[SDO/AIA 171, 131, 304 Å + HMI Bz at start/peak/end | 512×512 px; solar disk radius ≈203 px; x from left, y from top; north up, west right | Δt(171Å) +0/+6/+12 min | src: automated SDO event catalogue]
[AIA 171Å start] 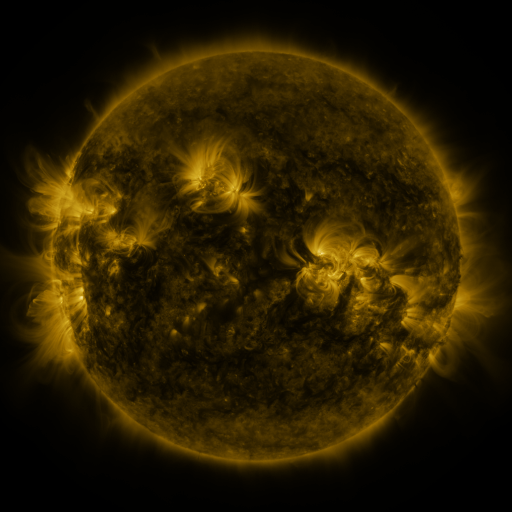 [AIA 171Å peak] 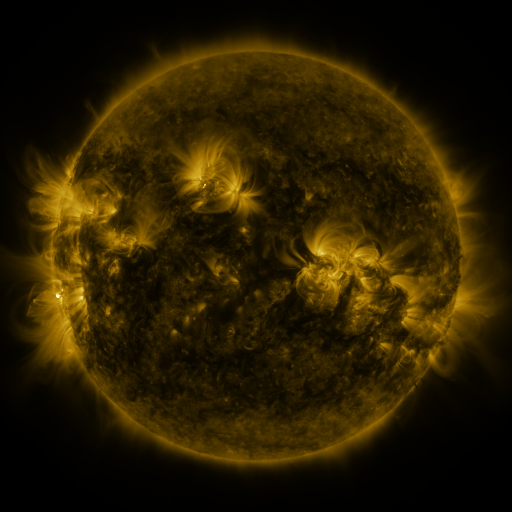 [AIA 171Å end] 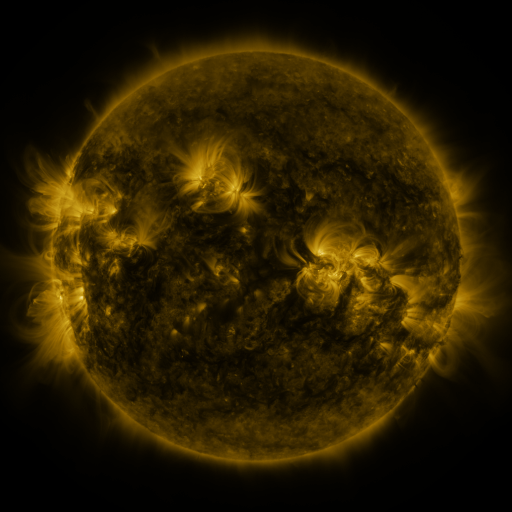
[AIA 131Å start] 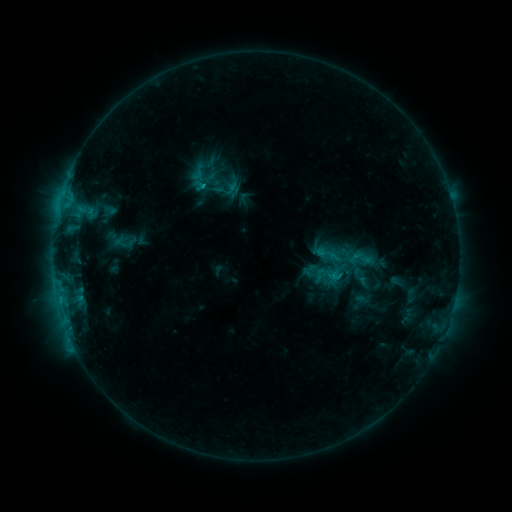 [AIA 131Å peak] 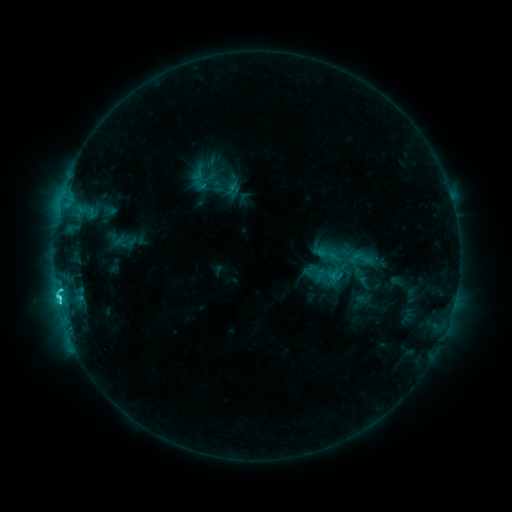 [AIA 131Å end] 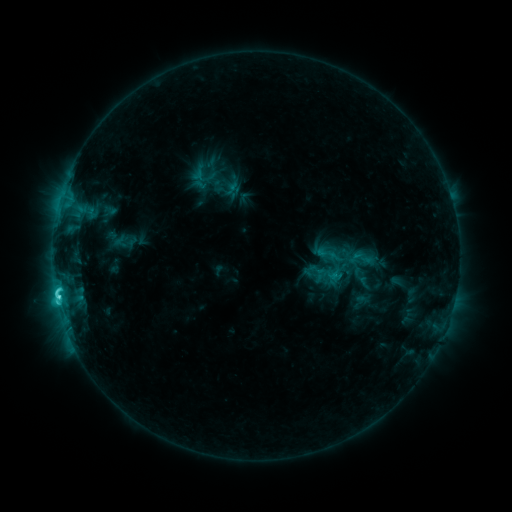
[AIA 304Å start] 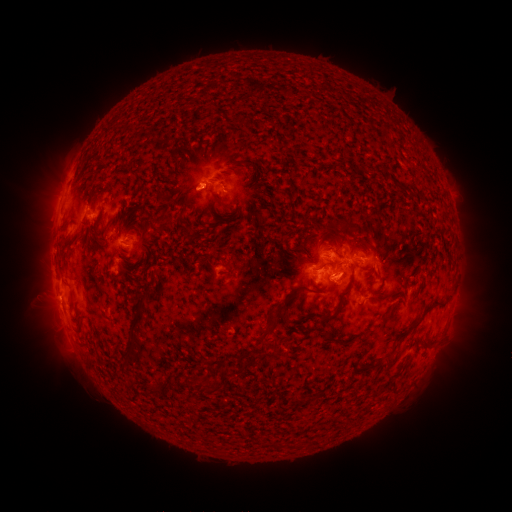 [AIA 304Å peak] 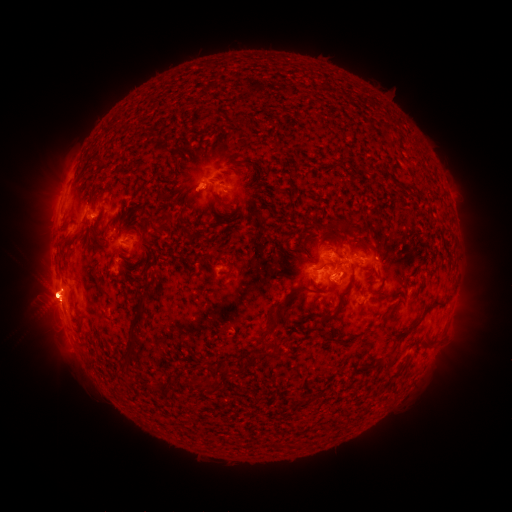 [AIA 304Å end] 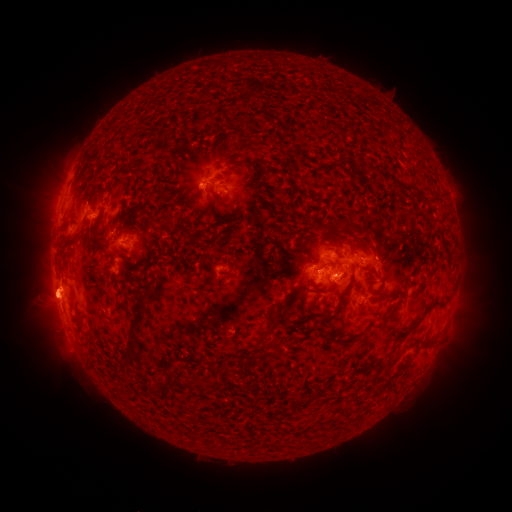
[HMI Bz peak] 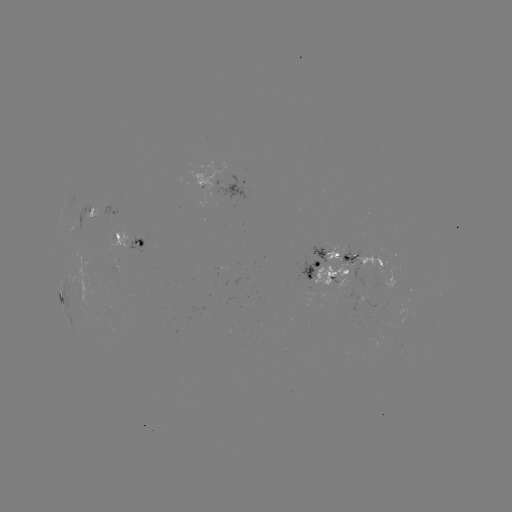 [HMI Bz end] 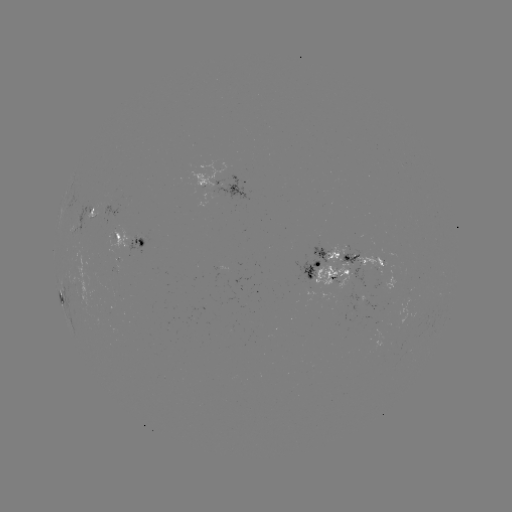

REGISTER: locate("C5.1 flare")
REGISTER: (58, 294)